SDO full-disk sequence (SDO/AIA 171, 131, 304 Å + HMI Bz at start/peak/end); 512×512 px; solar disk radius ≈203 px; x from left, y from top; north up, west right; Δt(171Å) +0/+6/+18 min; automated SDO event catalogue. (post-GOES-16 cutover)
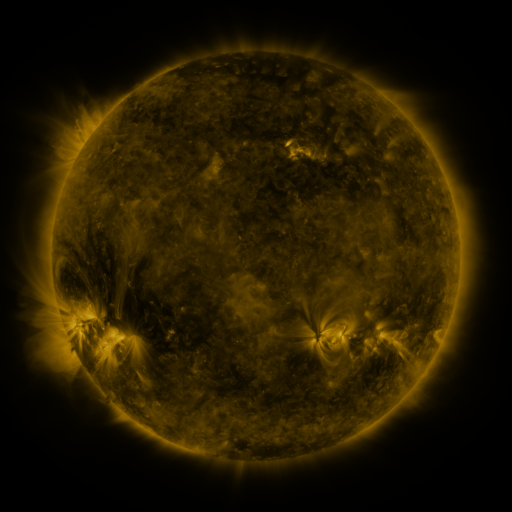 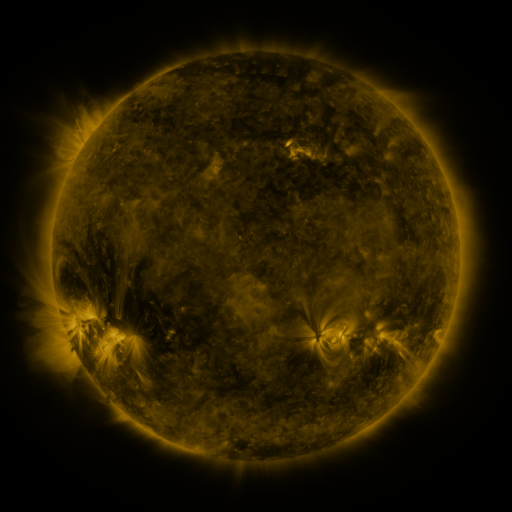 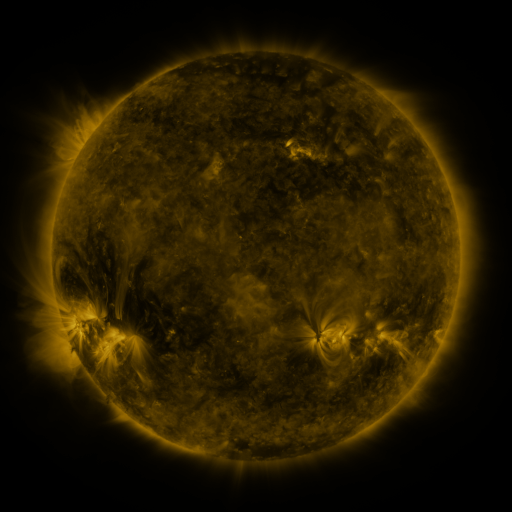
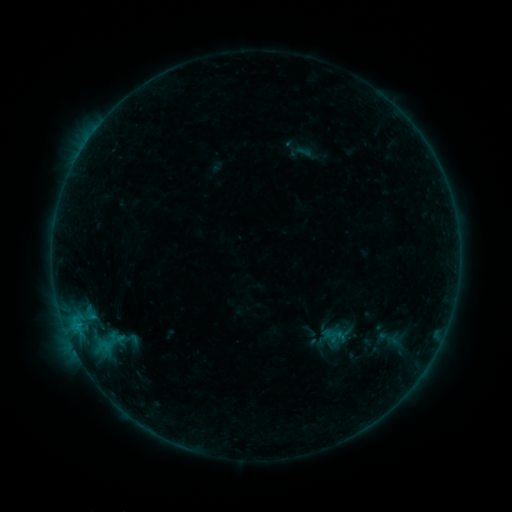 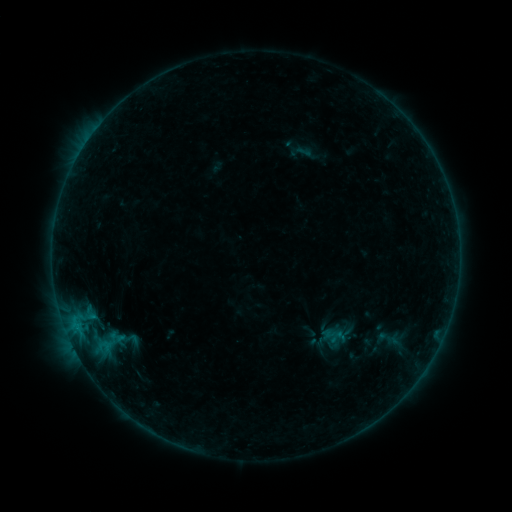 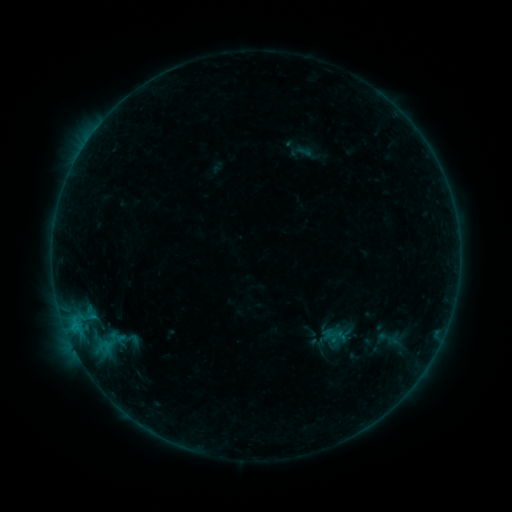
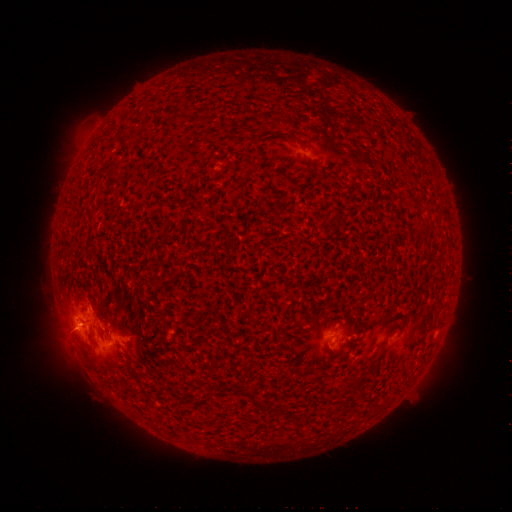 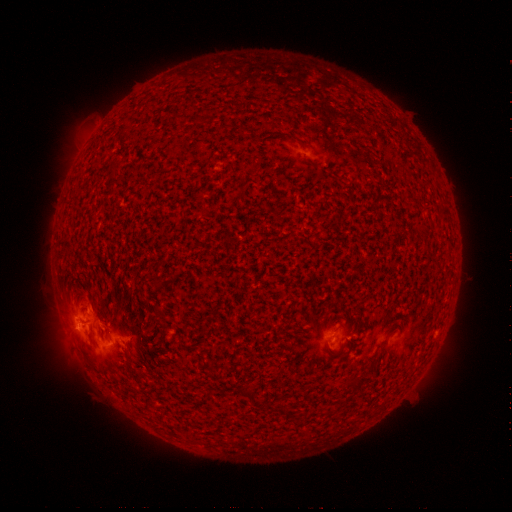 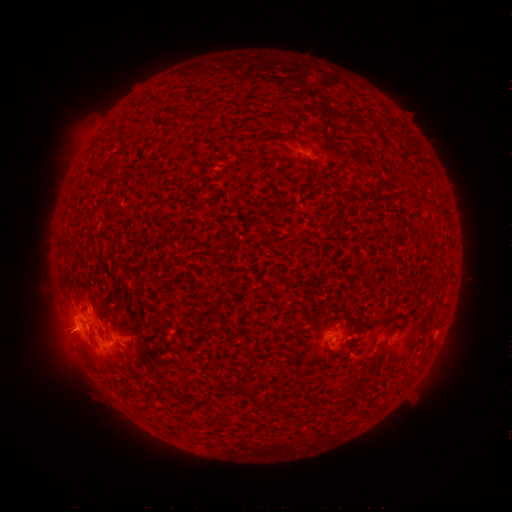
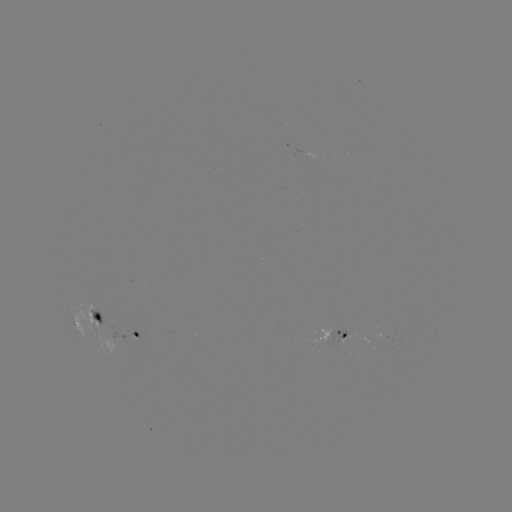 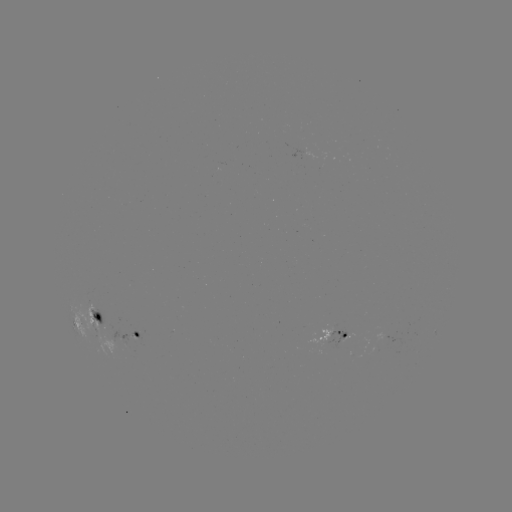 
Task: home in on B7.1 flare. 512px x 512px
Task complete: (77, 327).